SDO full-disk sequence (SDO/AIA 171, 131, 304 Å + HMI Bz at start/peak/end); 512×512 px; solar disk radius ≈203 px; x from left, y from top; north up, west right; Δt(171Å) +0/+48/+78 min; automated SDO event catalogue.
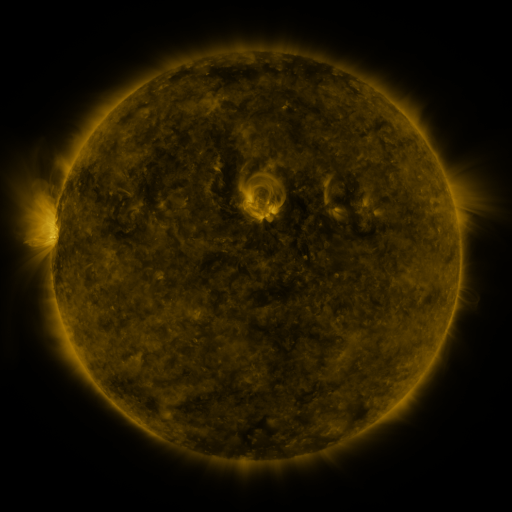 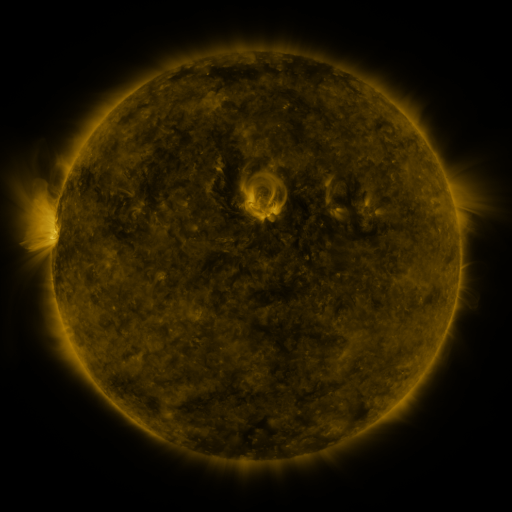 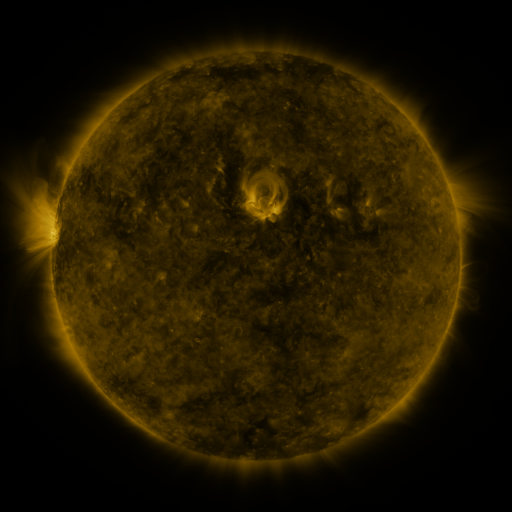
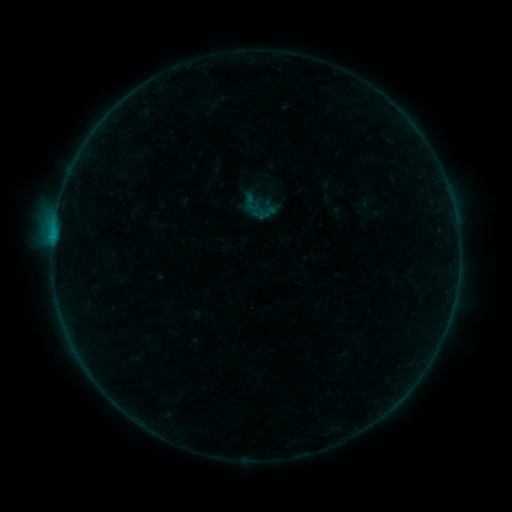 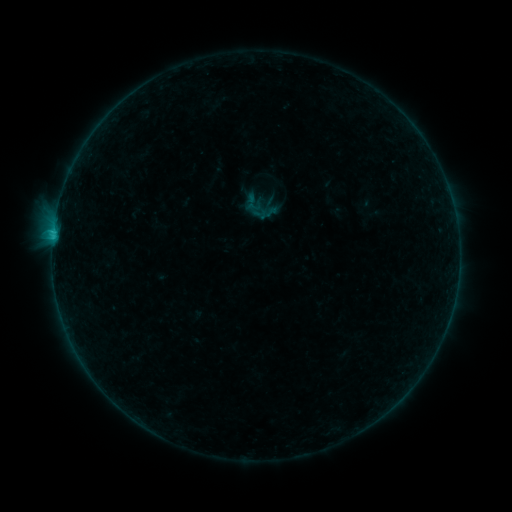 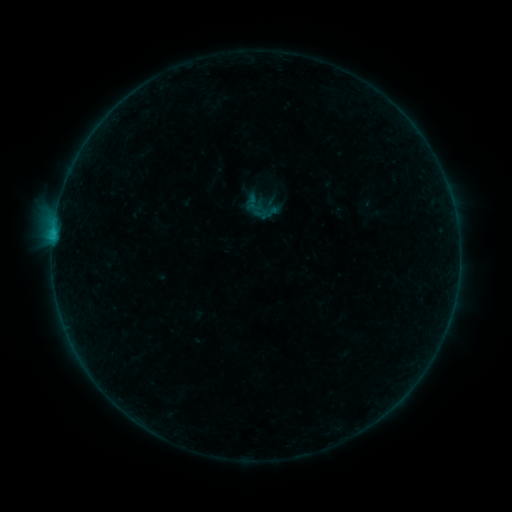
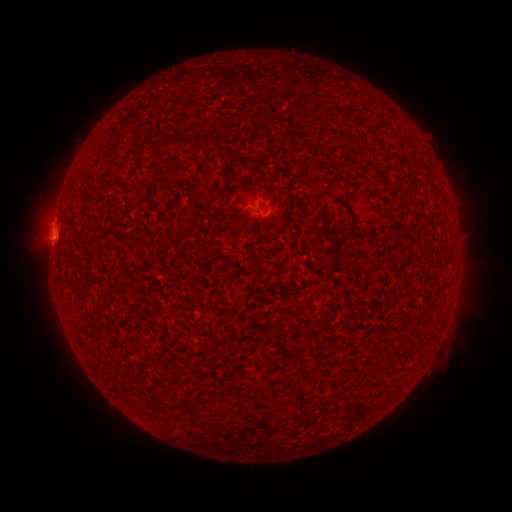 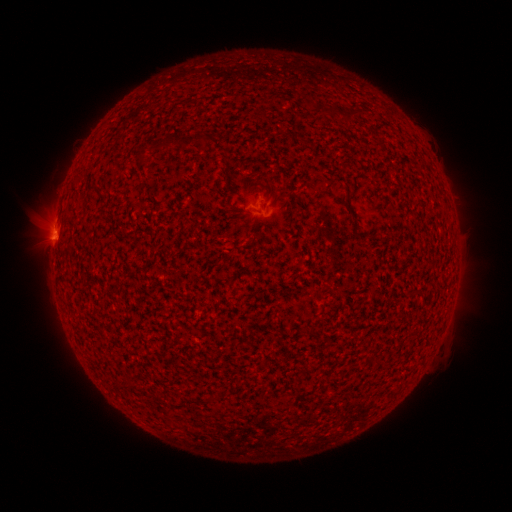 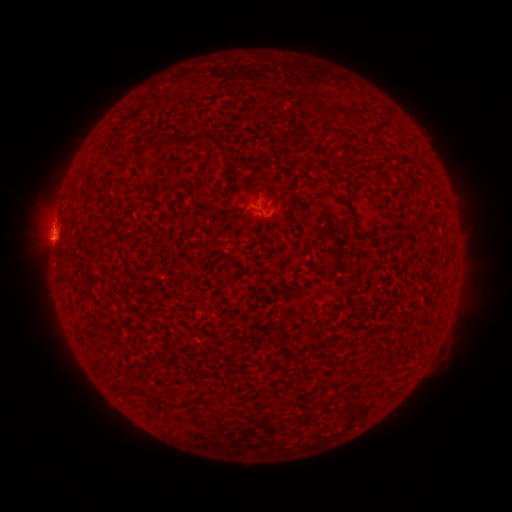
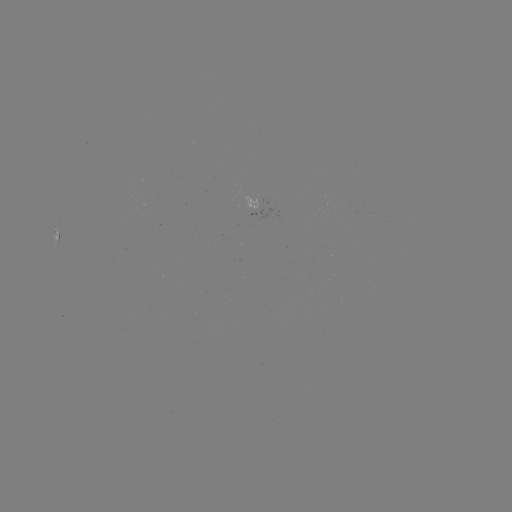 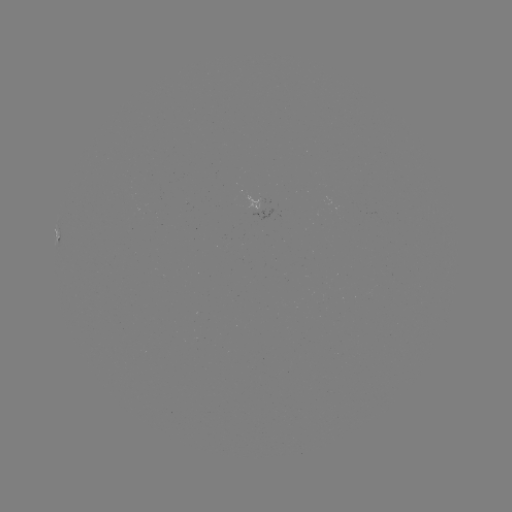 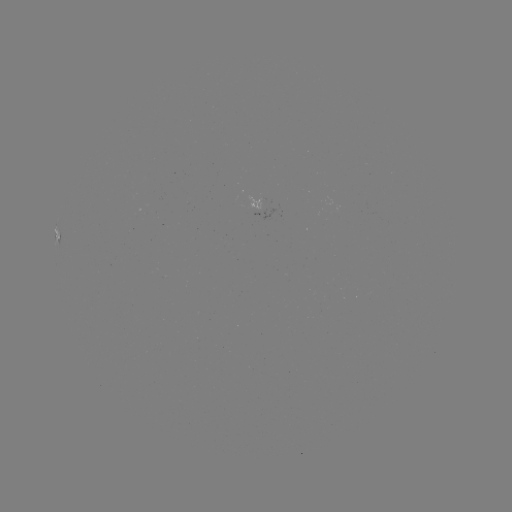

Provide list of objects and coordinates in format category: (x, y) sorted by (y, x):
B7.8 flare: (53, 234)
